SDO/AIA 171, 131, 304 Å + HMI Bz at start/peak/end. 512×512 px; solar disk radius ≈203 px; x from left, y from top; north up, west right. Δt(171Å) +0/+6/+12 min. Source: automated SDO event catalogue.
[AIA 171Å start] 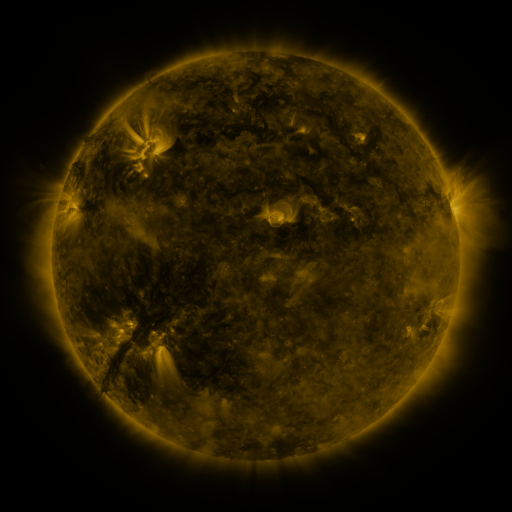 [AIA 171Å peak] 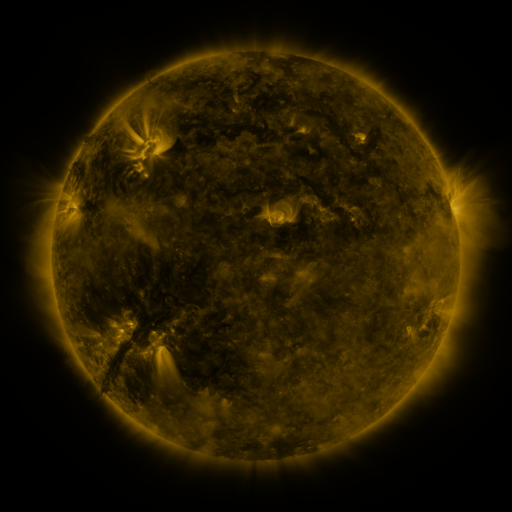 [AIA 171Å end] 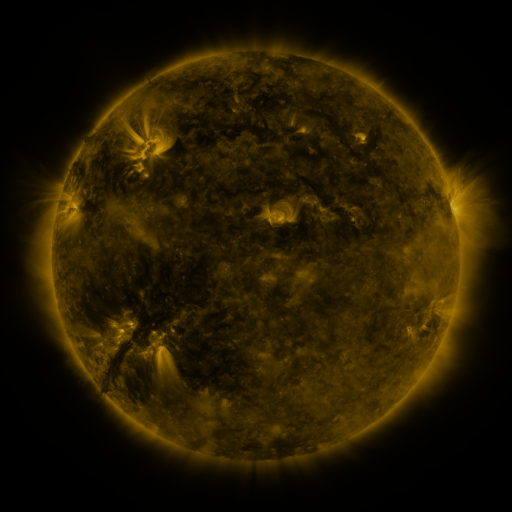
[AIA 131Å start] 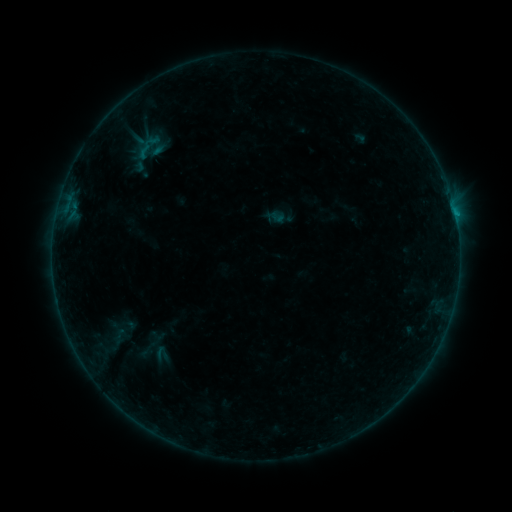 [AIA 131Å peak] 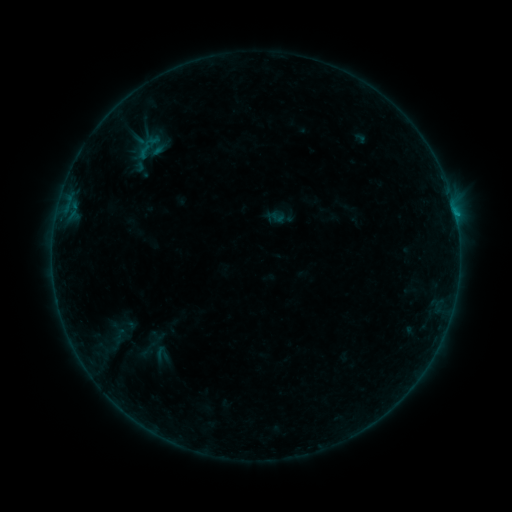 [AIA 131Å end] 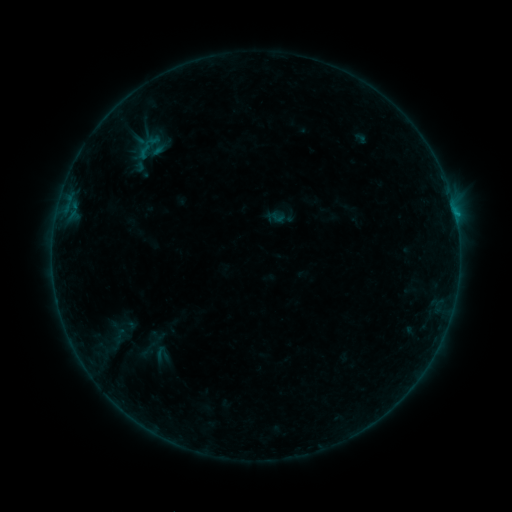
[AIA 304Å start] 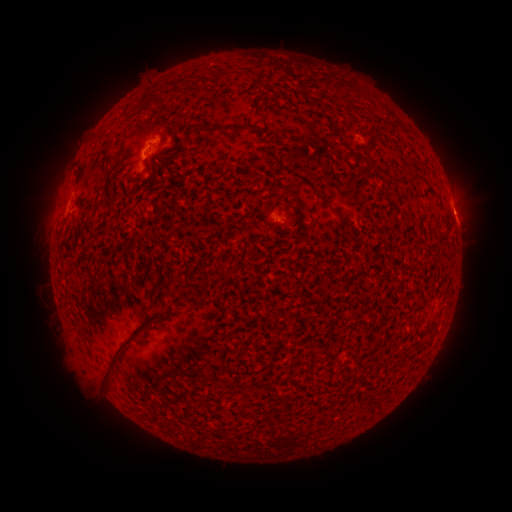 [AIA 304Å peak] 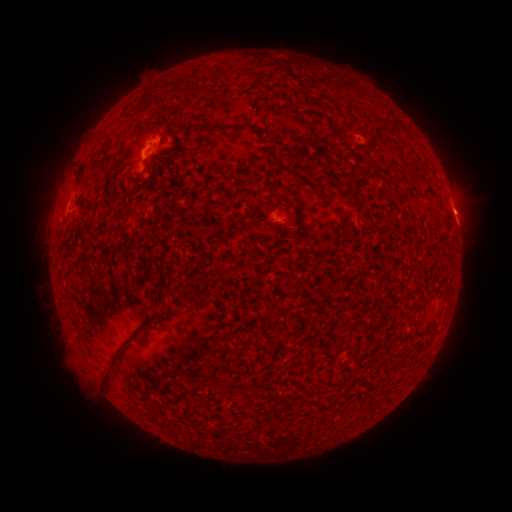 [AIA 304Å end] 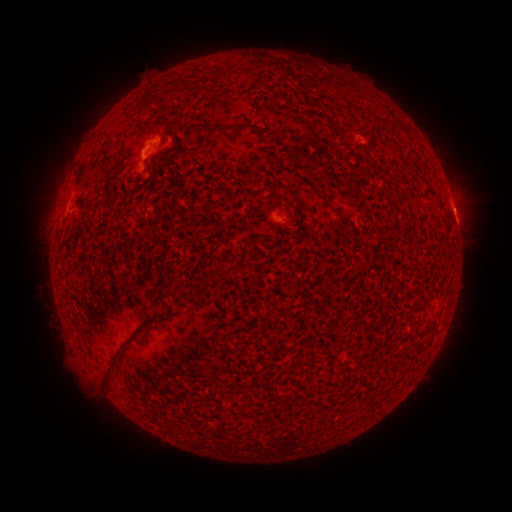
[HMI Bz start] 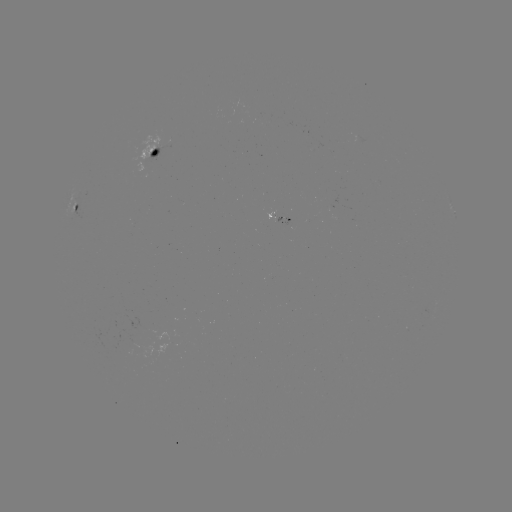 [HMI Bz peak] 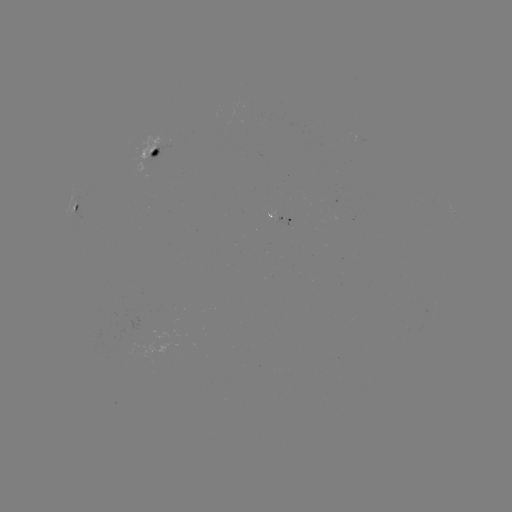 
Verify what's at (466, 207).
eruption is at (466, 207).